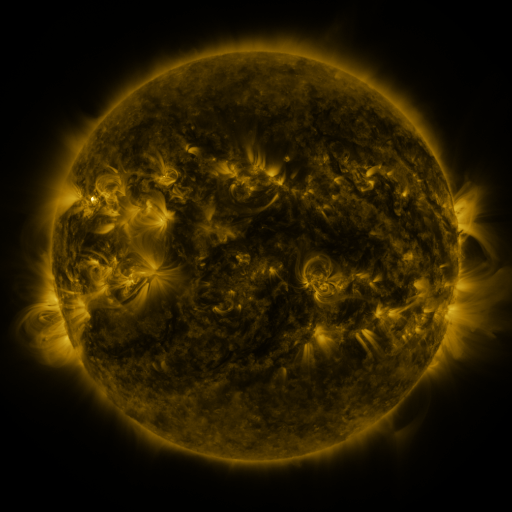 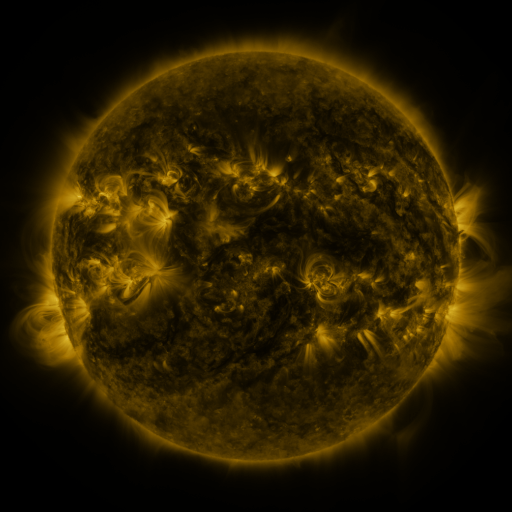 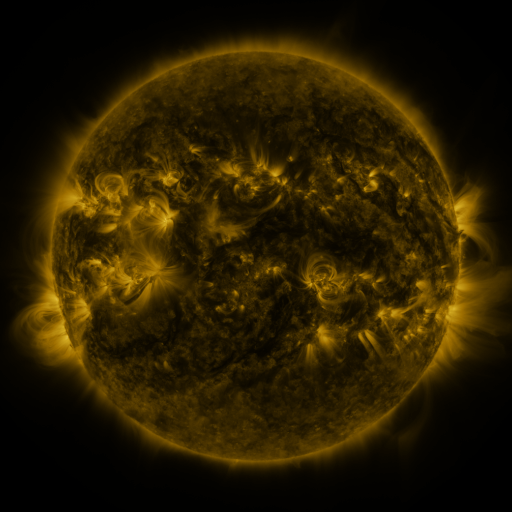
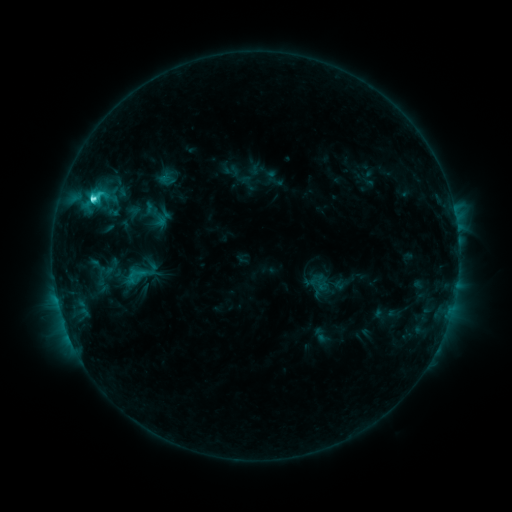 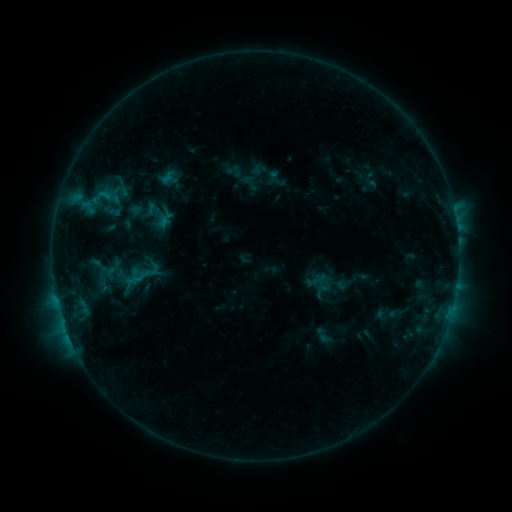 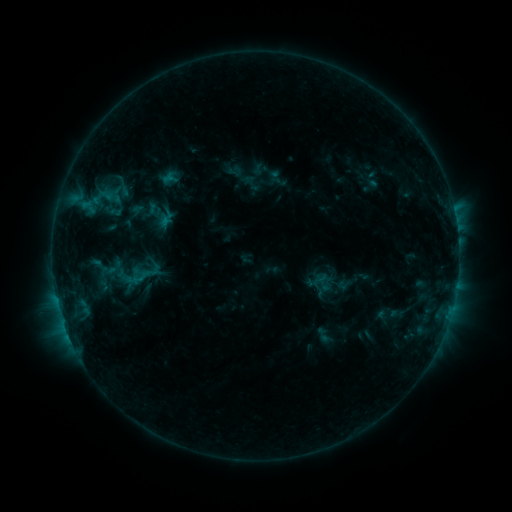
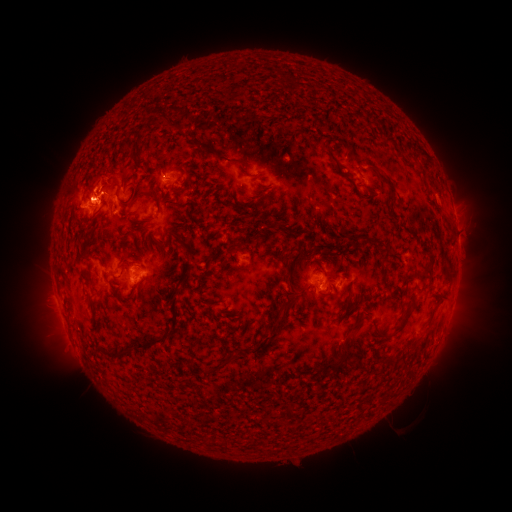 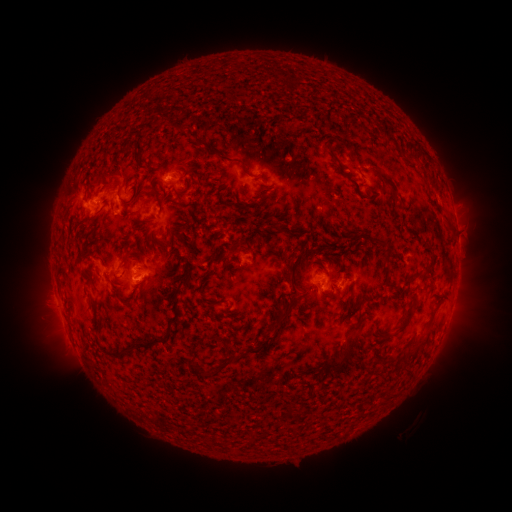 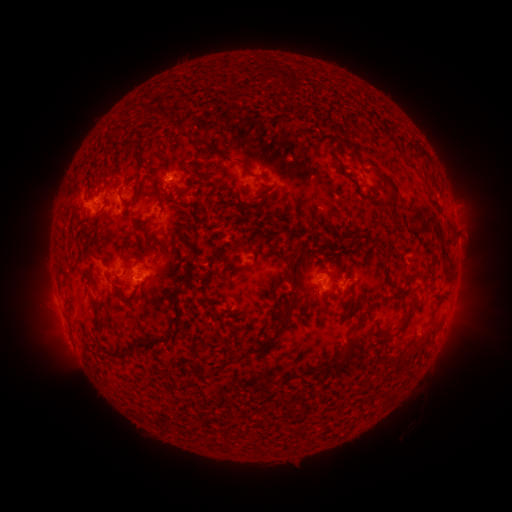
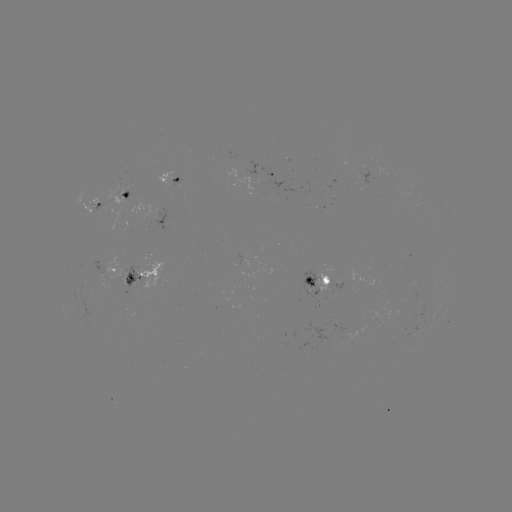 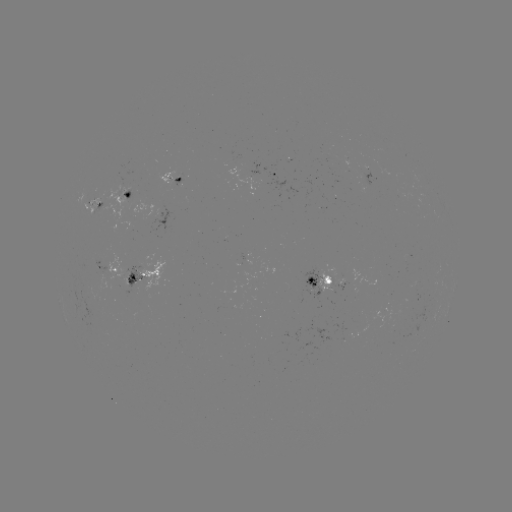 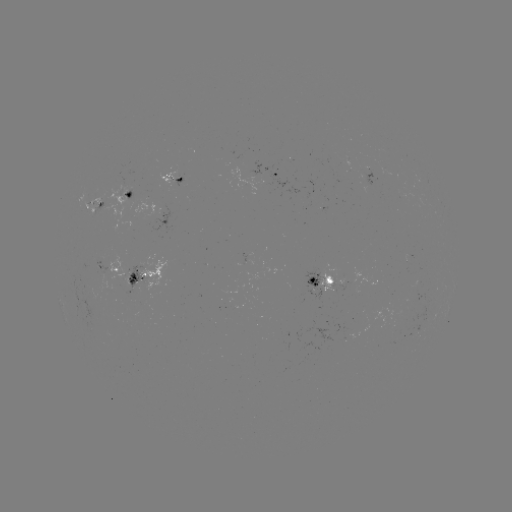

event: emerging-flux region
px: (329, 283)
